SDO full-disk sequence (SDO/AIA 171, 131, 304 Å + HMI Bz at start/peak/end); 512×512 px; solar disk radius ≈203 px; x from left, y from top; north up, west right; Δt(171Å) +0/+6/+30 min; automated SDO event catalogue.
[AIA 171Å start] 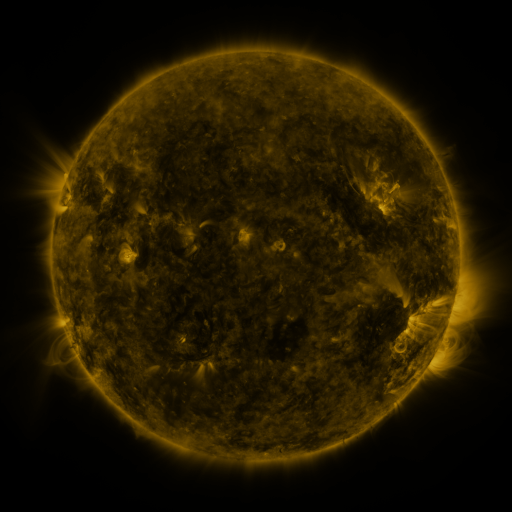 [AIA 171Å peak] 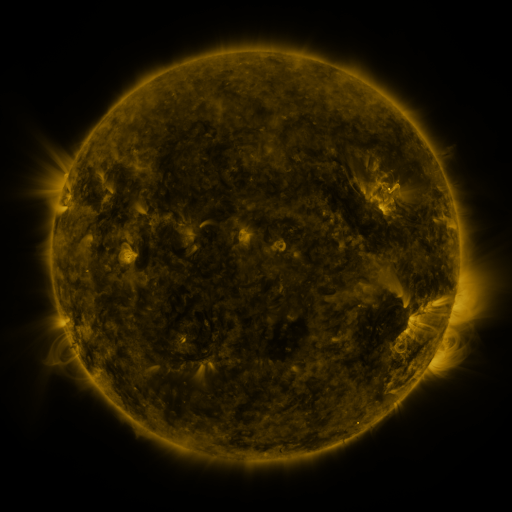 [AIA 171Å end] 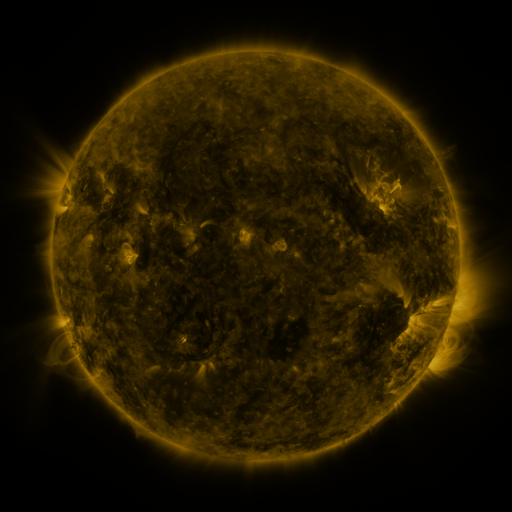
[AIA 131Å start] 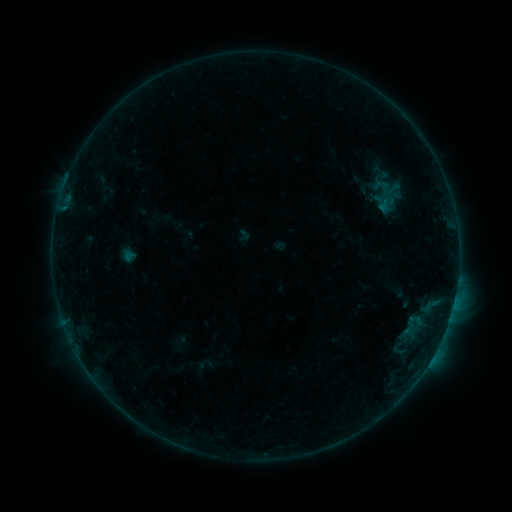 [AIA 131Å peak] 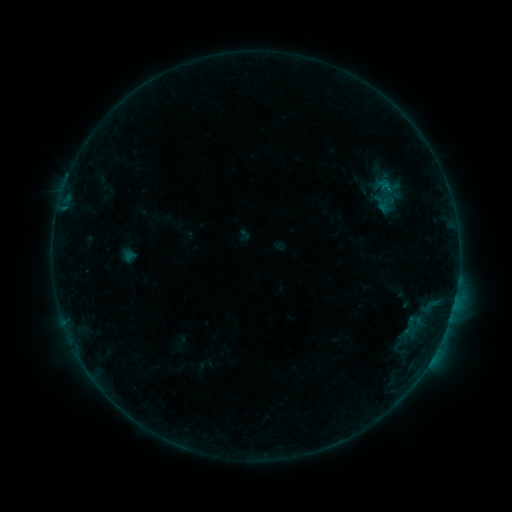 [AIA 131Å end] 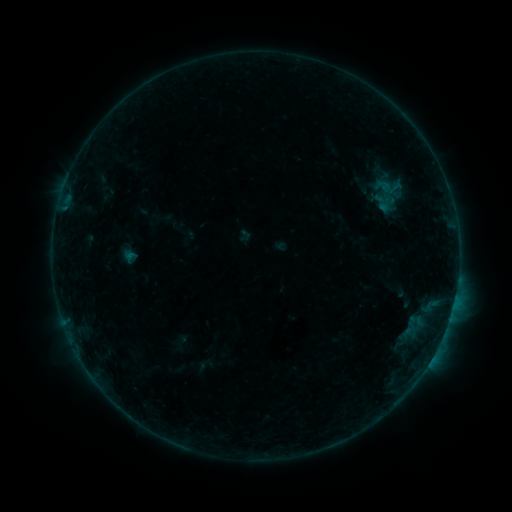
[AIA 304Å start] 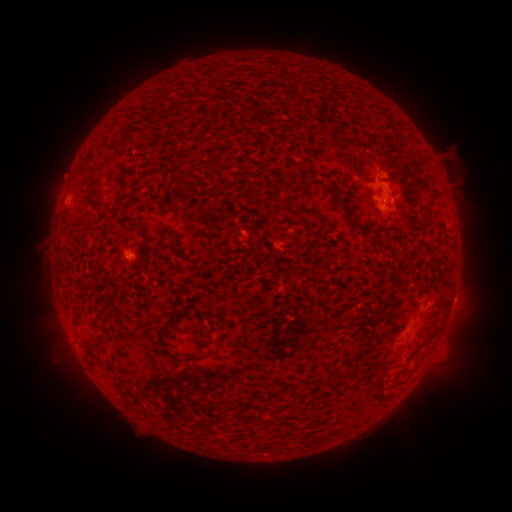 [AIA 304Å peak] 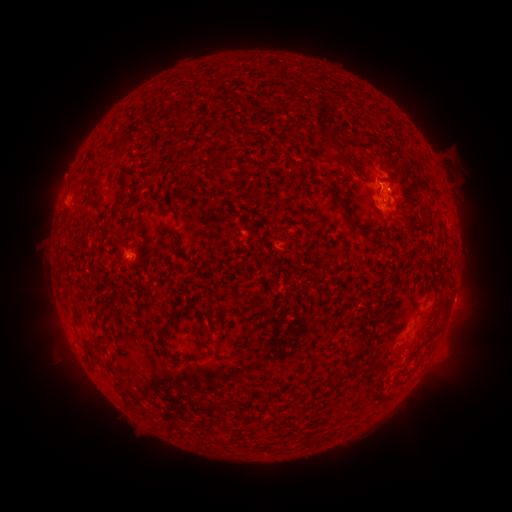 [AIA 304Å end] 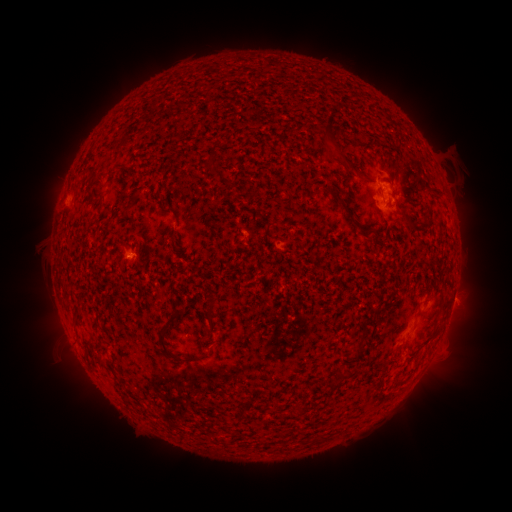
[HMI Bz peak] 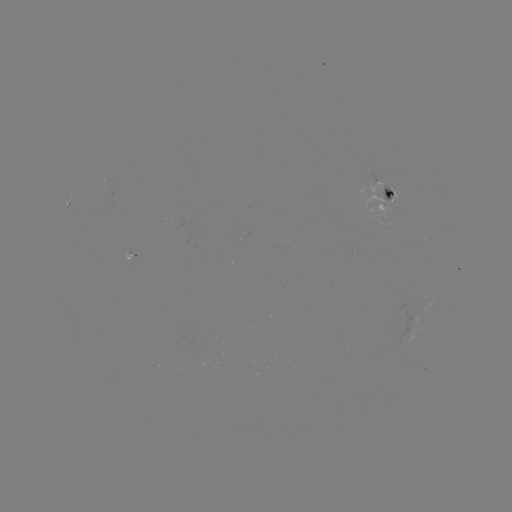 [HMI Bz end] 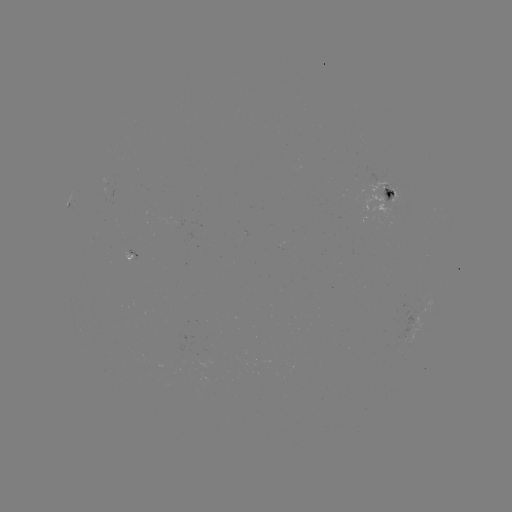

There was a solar flare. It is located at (387, 189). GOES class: B4.2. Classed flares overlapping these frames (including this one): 1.